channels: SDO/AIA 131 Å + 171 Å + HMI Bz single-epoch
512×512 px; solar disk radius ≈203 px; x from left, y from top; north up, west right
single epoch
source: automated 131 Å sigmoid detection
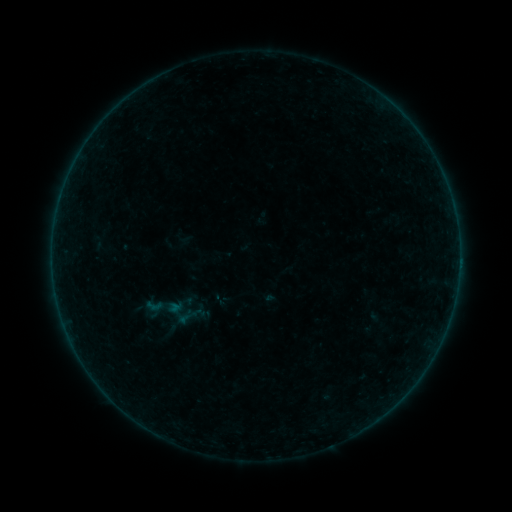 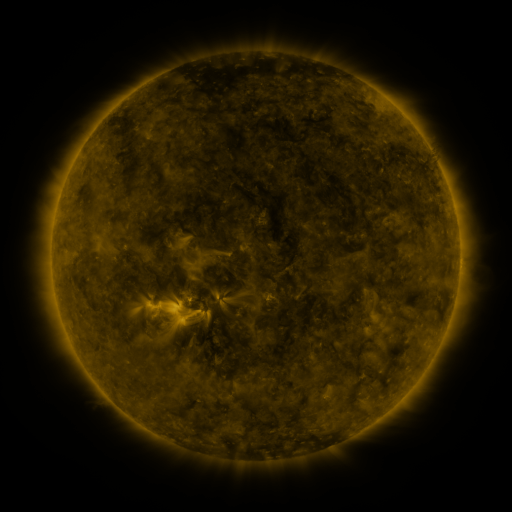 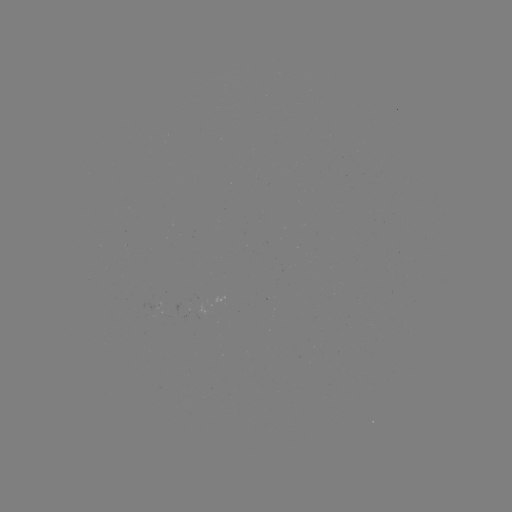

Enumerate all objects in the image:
sigmoid: <bbox>144, 296, 164, 315</bbox>
